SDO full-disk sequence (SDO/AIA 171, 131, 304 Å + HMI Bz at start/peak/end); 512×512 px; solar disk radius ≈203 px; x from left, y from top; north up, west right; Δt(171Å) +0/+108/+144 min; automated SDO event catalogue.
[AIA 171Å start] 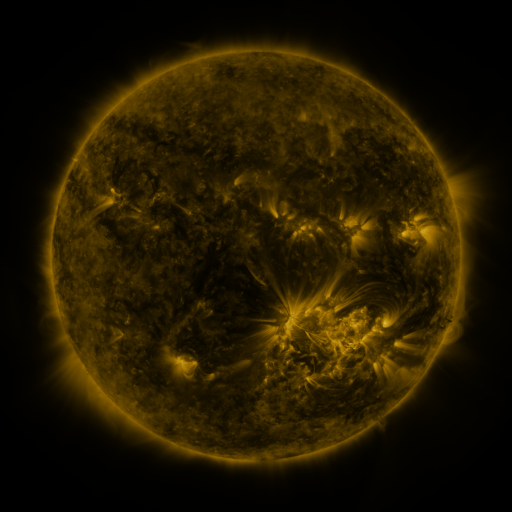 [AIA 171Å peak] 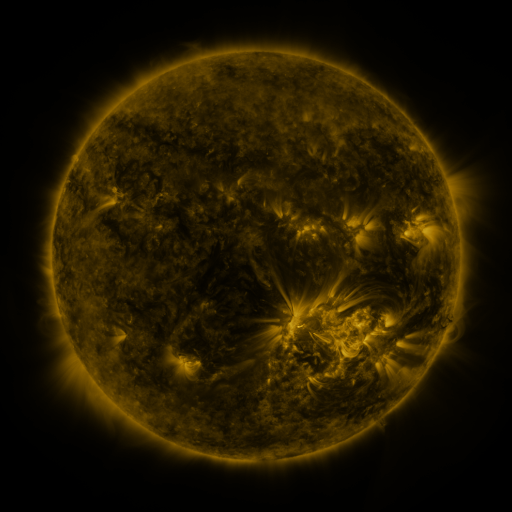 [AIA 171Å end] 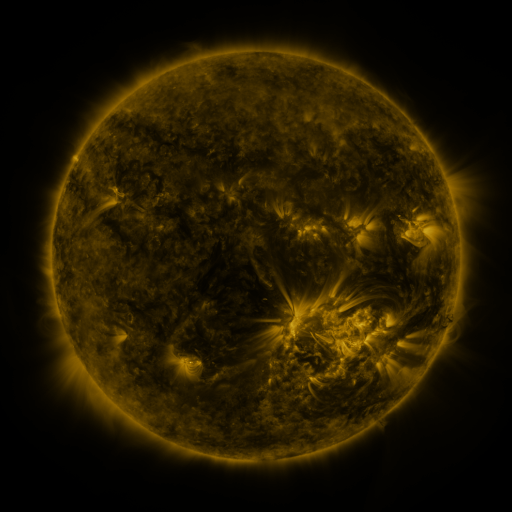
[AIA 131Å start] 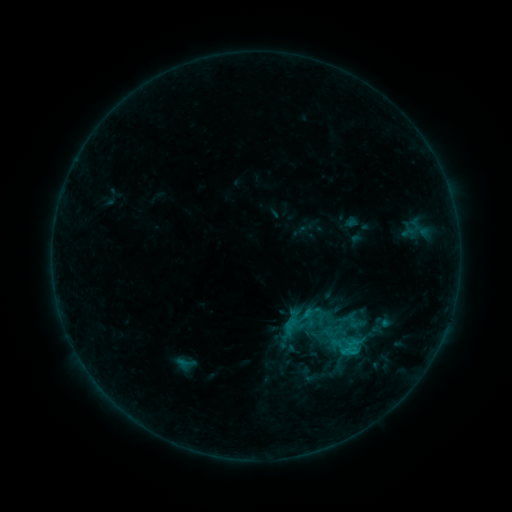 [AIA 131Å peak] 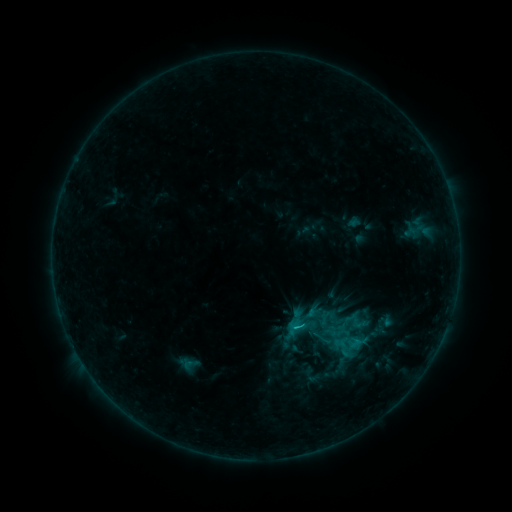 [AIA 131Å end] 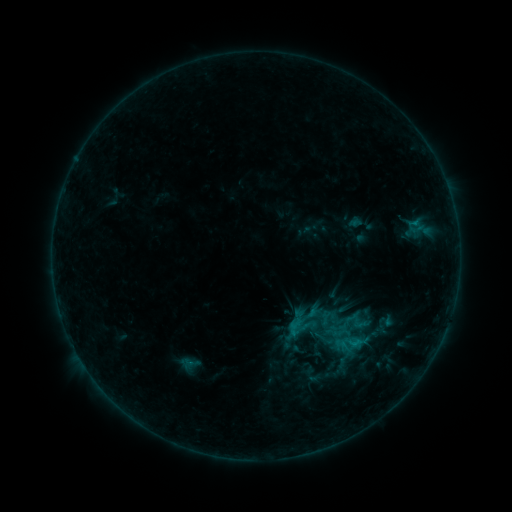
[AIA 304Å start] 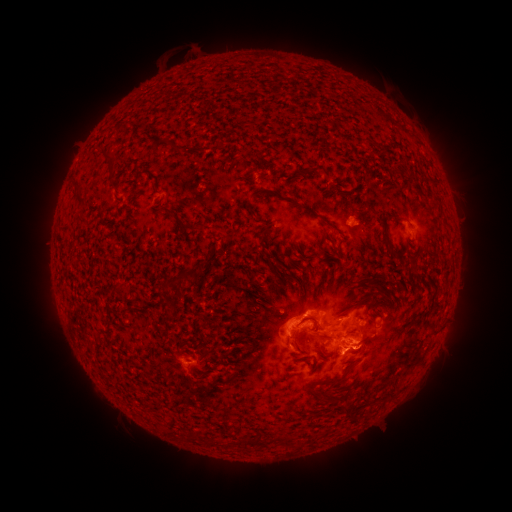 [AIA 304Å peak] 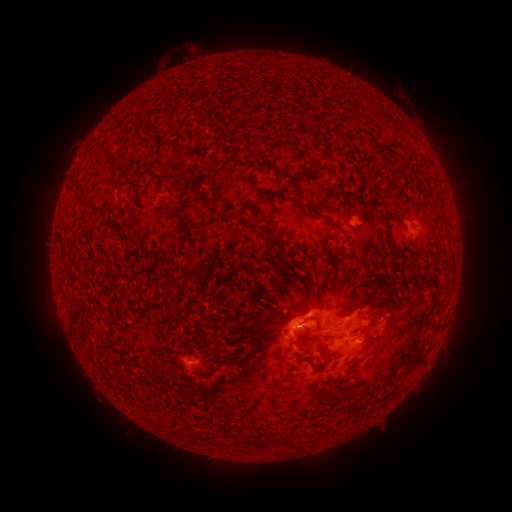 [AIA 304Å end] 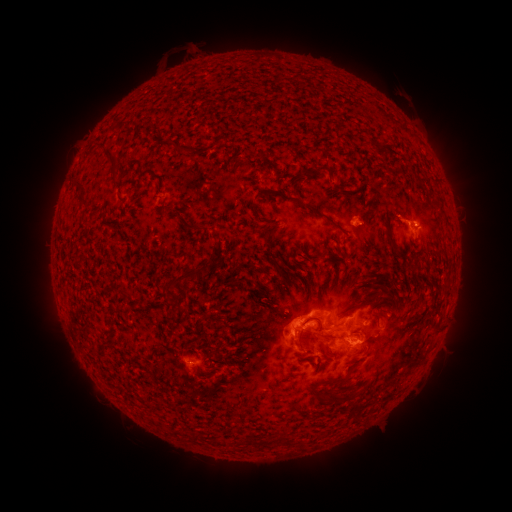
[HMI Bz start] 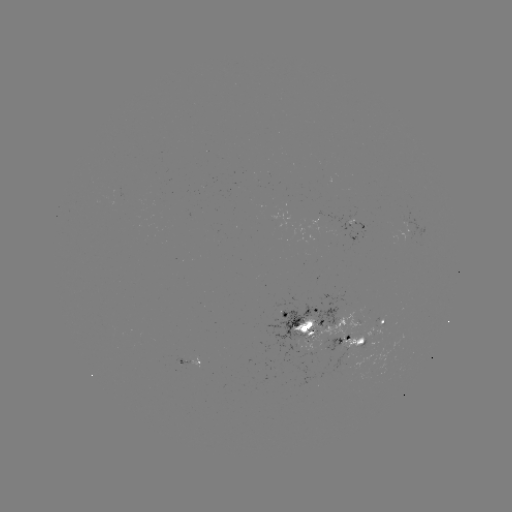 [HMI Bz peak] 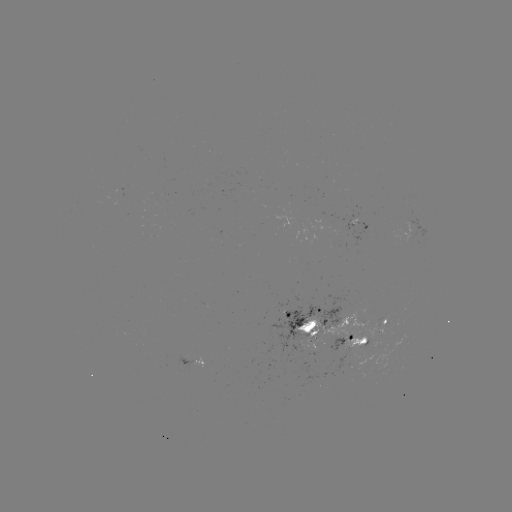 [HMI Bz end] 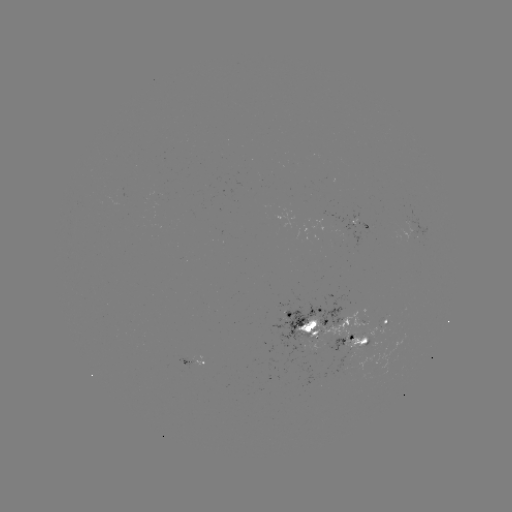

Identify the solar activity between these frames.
emerging-flux region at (342, 355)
